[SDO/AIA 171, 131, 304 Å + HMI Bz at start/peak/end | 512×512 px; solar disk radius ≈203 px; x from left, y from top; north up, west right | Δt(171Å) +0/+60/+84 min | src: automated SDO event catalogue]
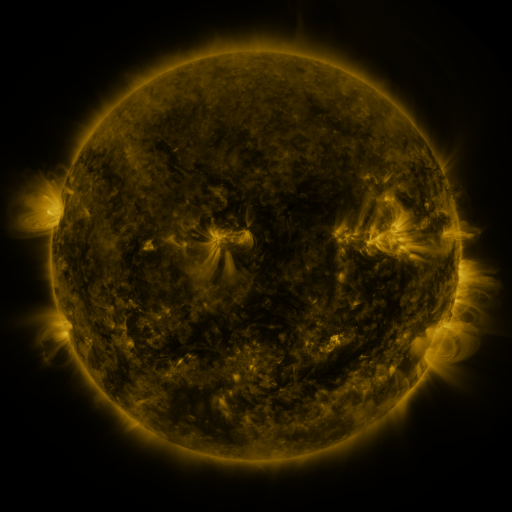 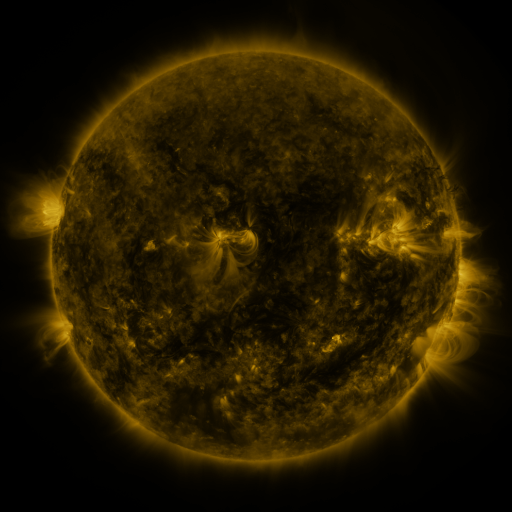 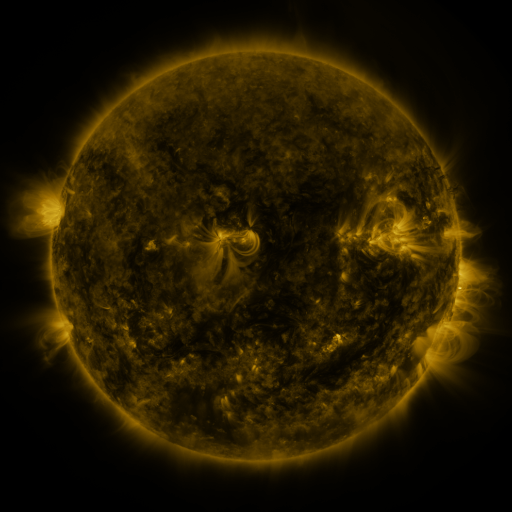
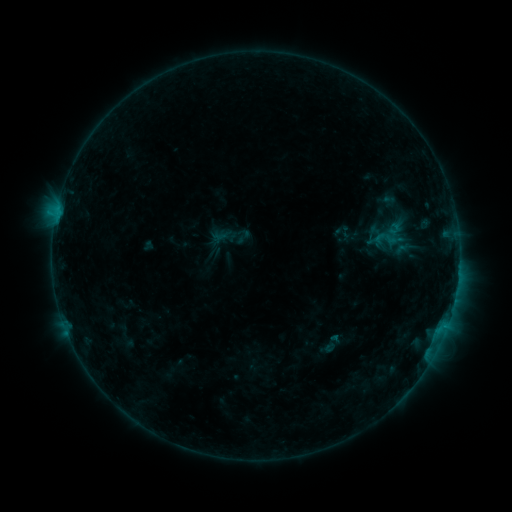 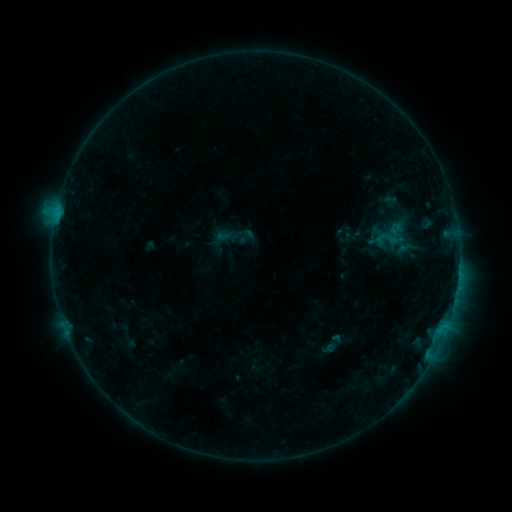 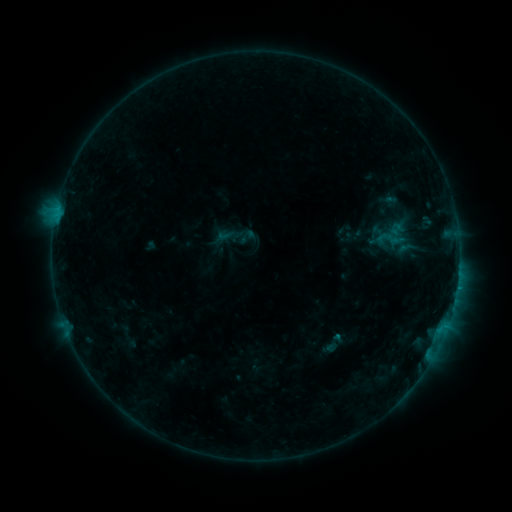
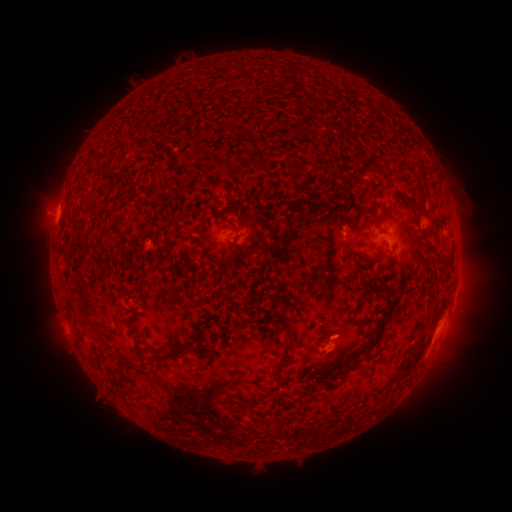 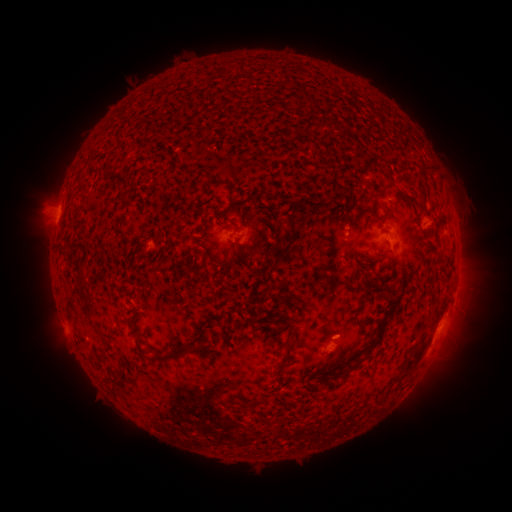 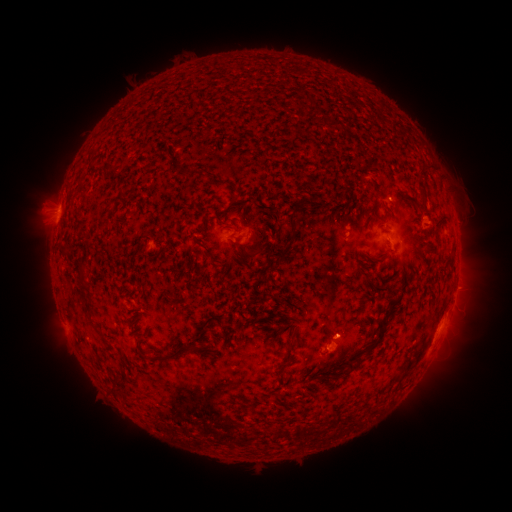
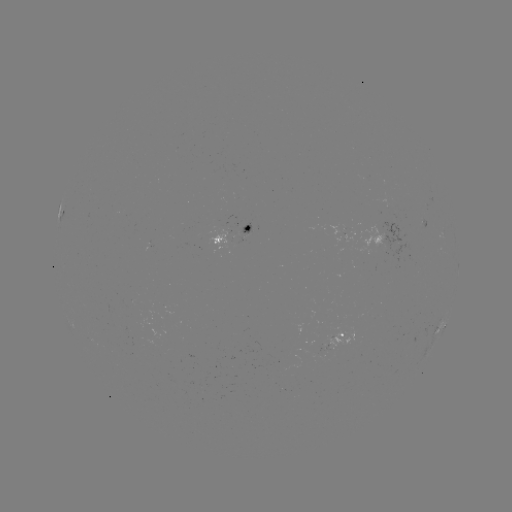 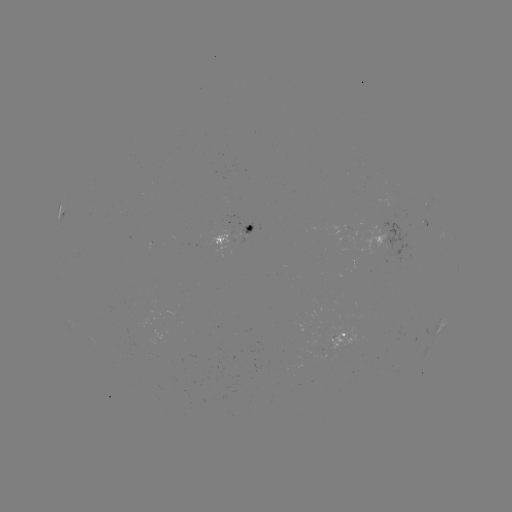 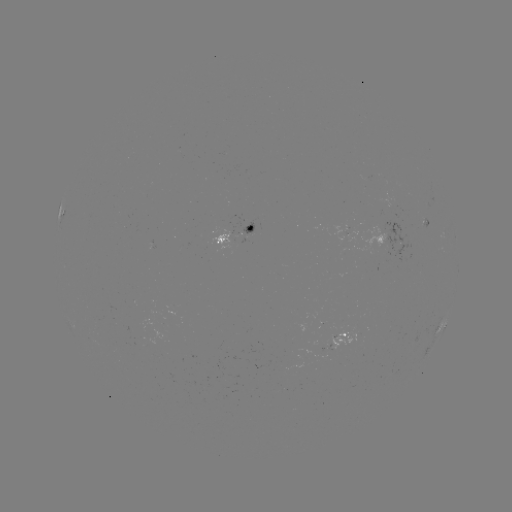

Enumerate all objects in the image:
emerging-flux region: (337, 341)
